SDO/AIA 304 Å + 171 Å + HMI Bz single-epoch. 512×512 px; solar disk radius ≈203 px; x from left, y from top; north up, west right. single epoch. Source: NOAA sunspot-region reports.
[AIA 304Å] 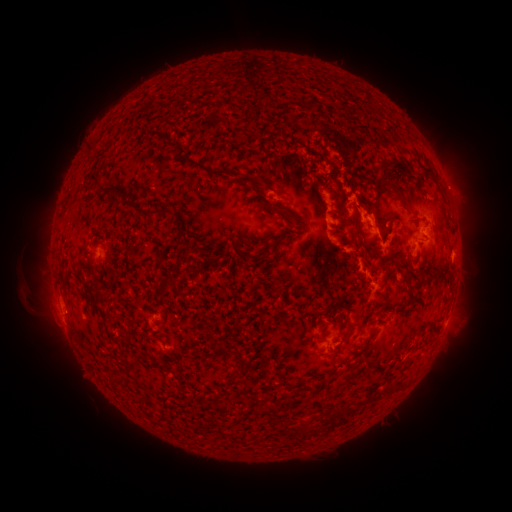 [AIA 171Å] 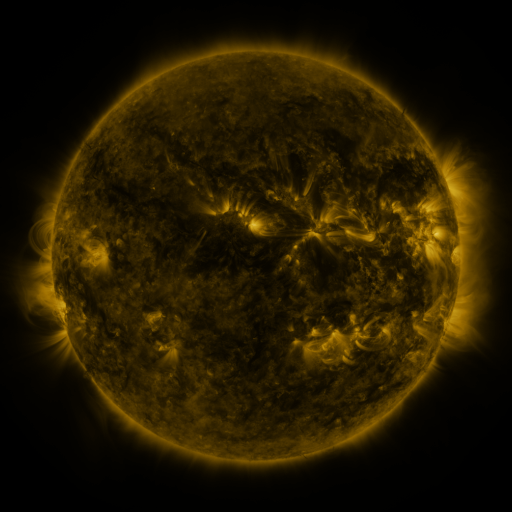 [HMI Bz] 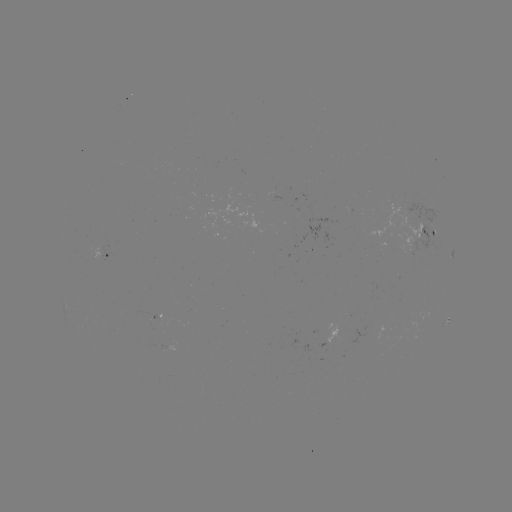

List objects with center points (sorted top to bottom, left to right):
spotted active region: (429, 232)
spotted active region: (98, 249)
spotted active region: (449, 317)
